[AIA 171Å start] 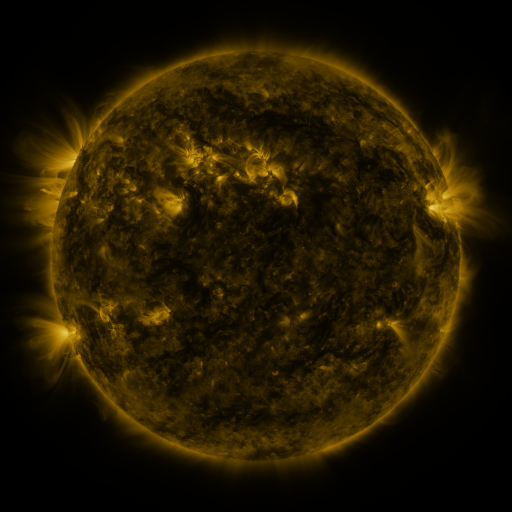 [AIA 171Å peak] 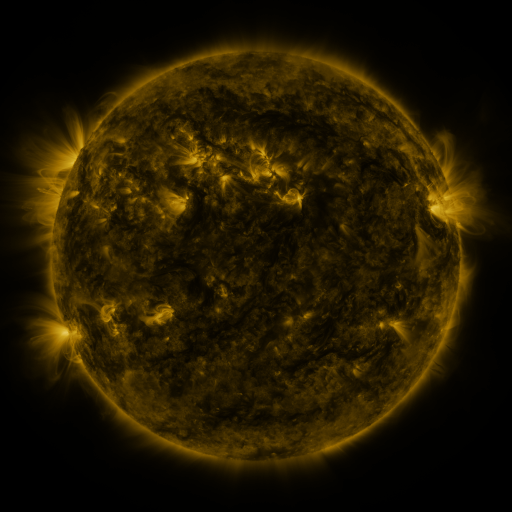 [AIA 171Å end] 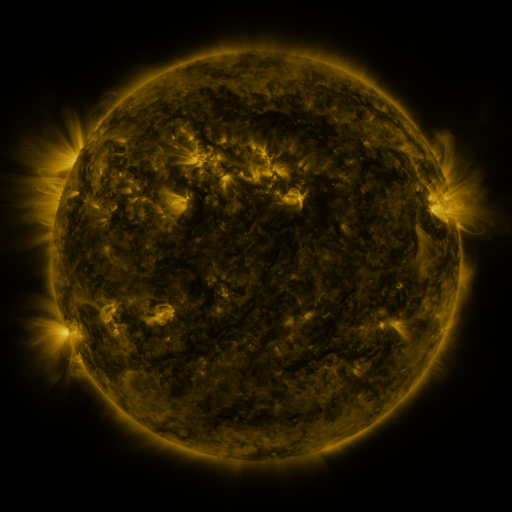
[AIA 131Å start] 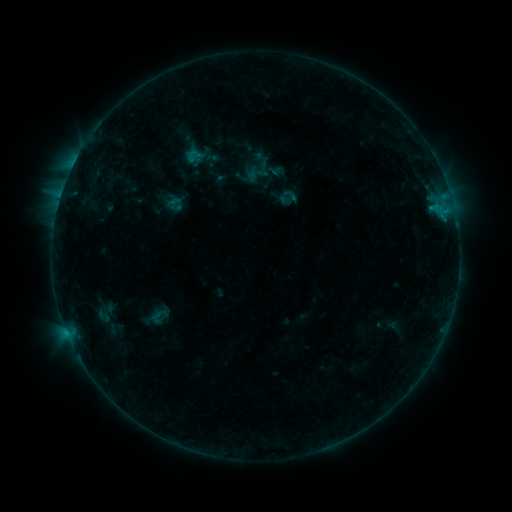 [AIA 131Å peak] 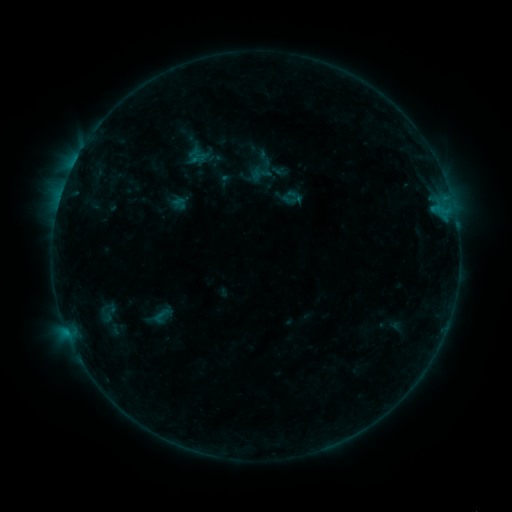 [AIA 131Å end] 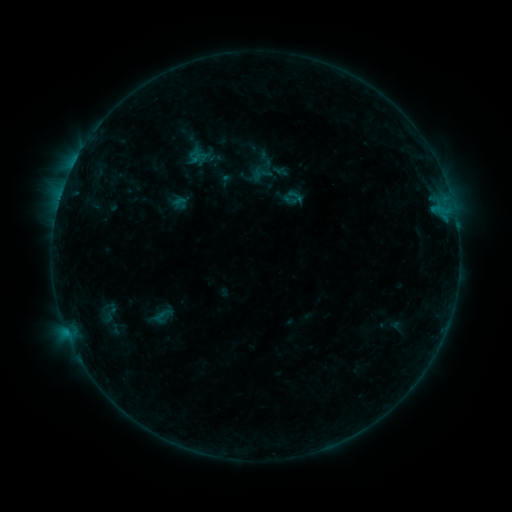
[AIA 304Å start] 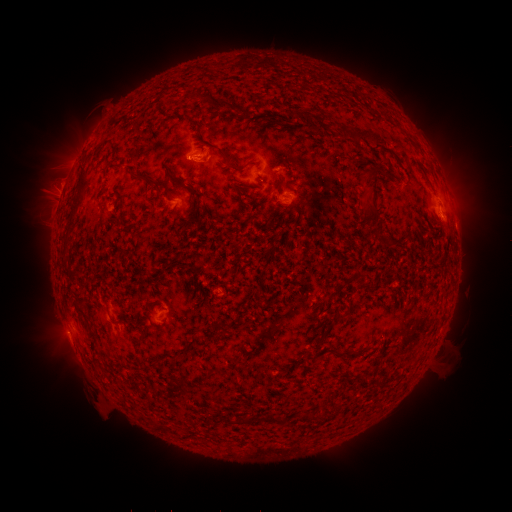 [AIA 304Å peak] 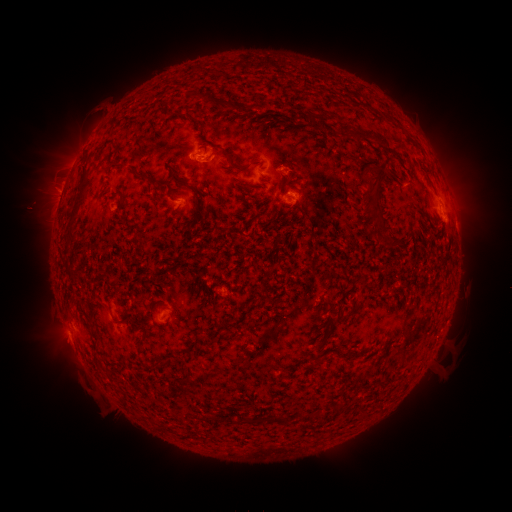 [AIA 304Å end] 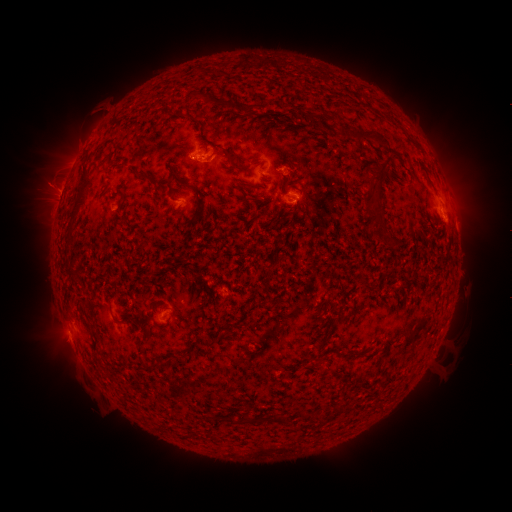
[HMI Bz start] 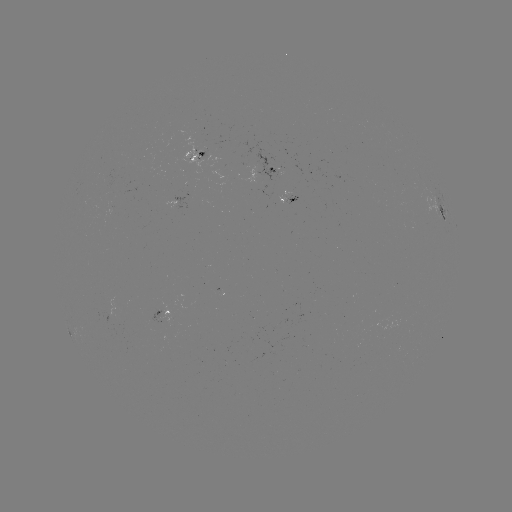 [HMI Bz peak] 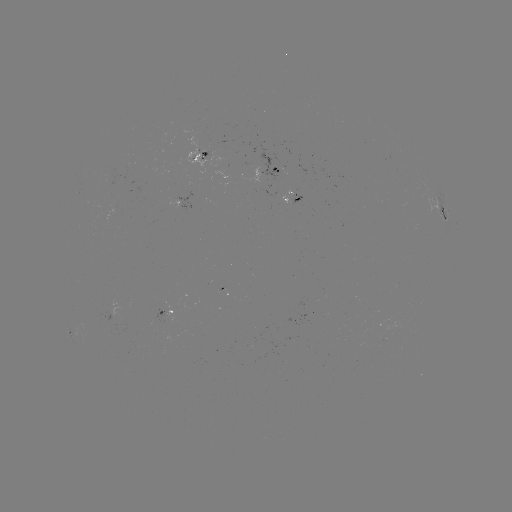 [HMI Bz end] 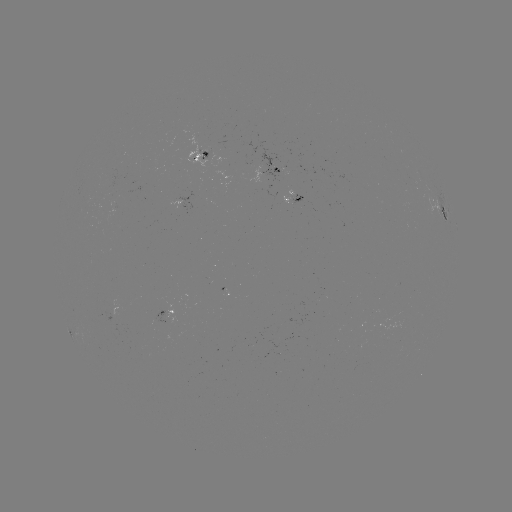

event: emerging-flux region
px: (194, 158)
